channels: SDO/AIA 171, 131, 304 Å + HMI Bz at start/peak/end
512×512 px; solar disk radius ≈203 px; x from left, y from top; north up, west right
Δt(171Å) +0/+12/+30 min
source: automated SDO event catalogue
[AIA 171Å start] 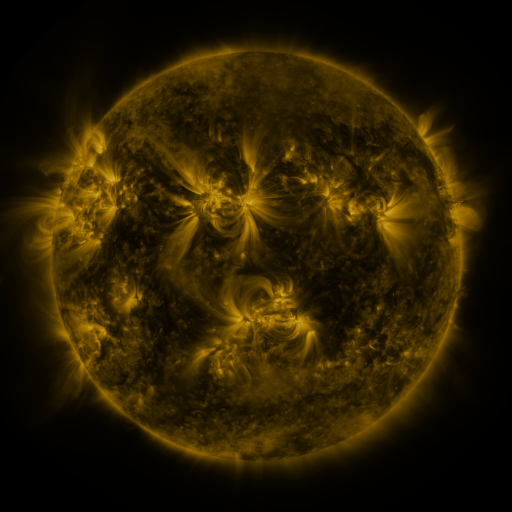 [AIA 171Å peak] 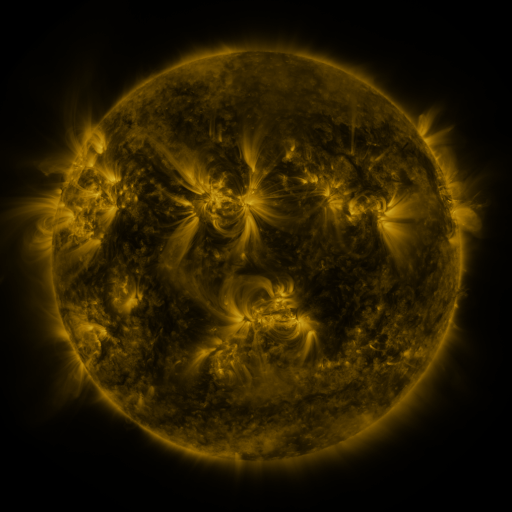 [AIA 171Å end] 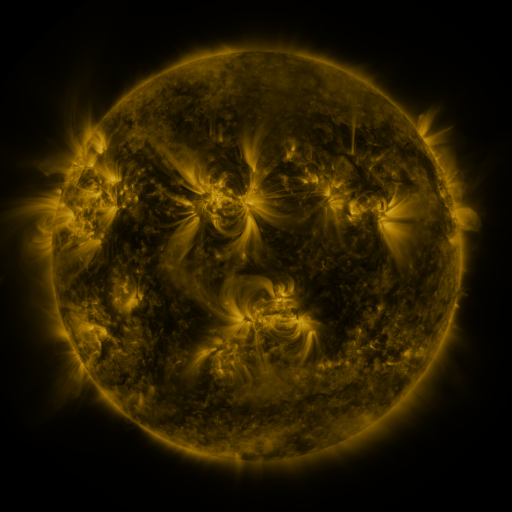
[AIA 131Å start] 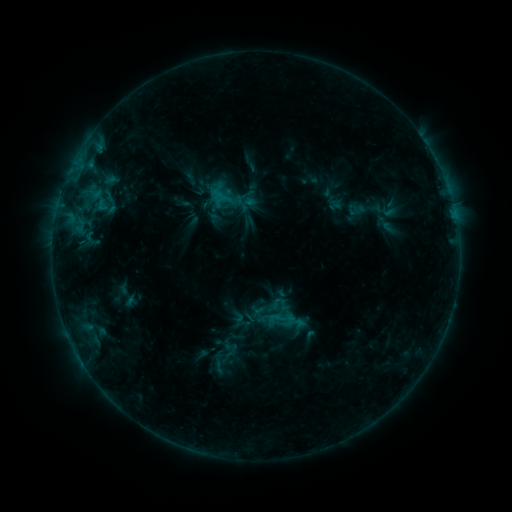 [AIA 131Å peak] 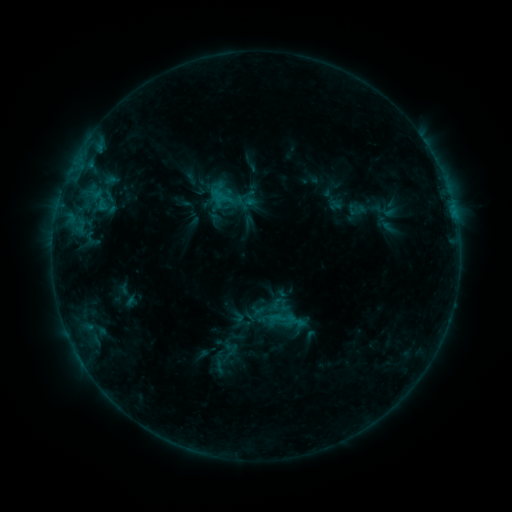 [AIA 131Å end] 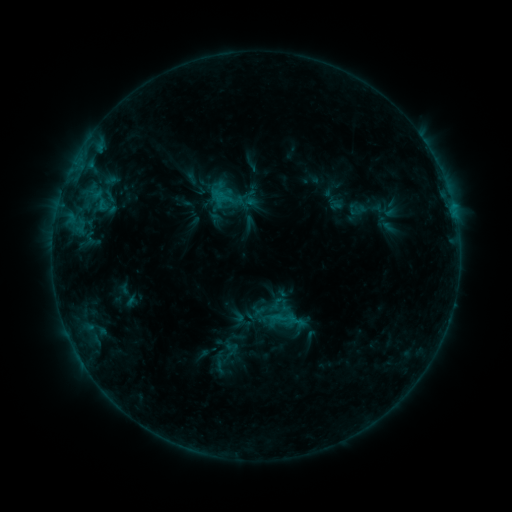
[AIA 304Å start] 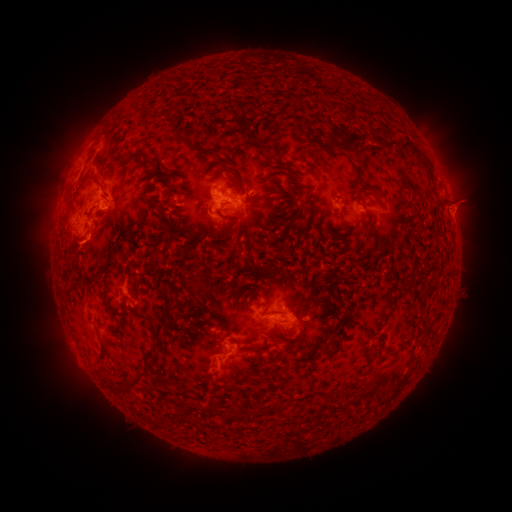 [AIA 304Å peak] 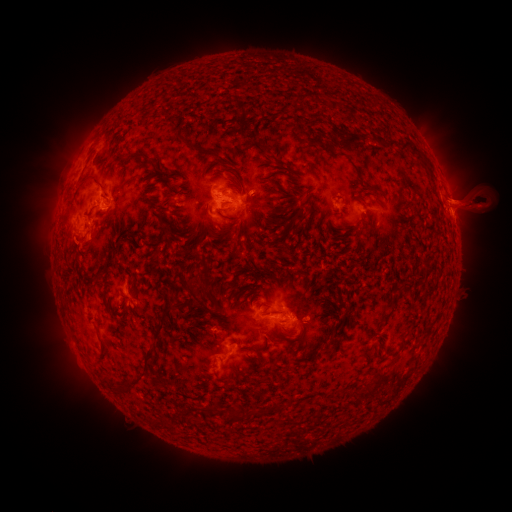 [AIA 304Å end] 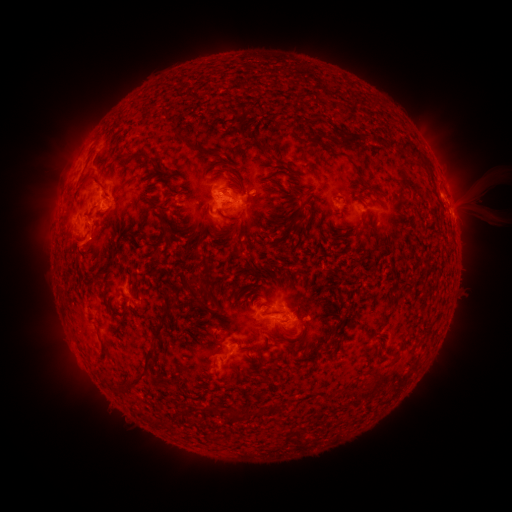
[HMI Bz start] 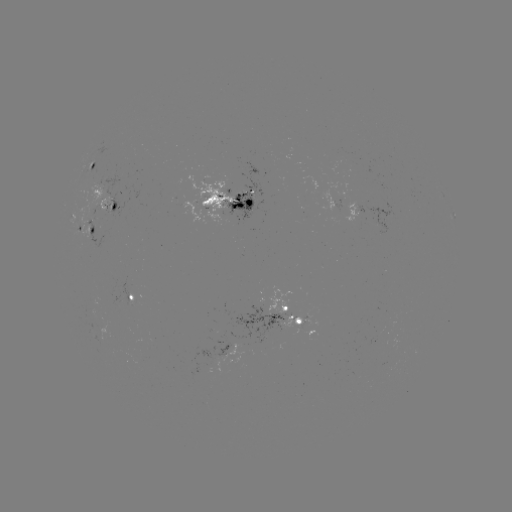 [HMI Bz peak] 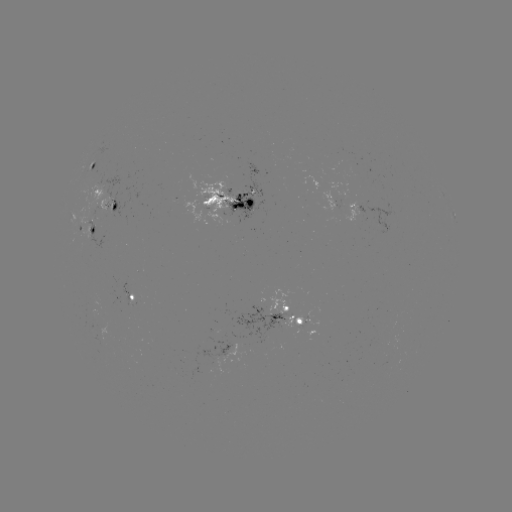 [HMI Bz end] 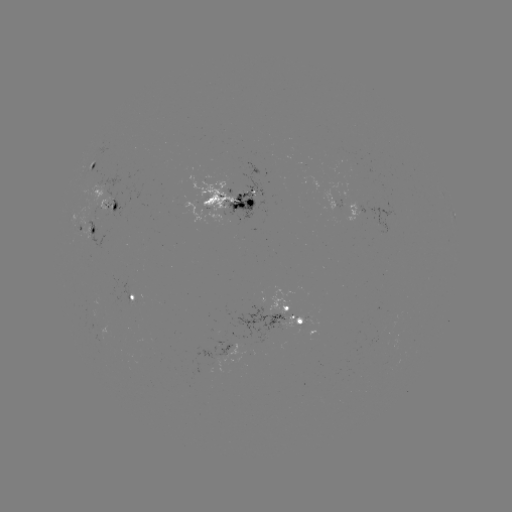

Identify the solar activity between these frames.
eruption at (469, 201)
